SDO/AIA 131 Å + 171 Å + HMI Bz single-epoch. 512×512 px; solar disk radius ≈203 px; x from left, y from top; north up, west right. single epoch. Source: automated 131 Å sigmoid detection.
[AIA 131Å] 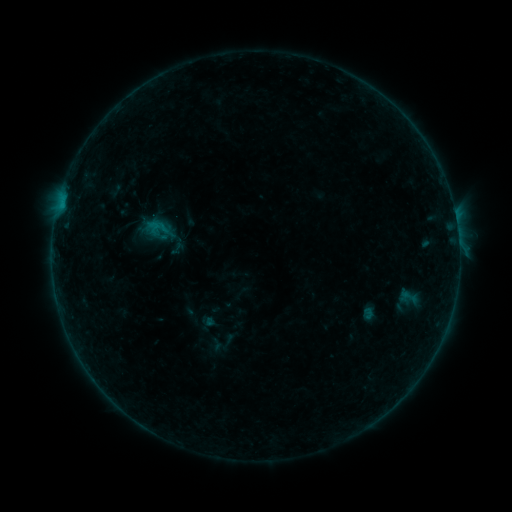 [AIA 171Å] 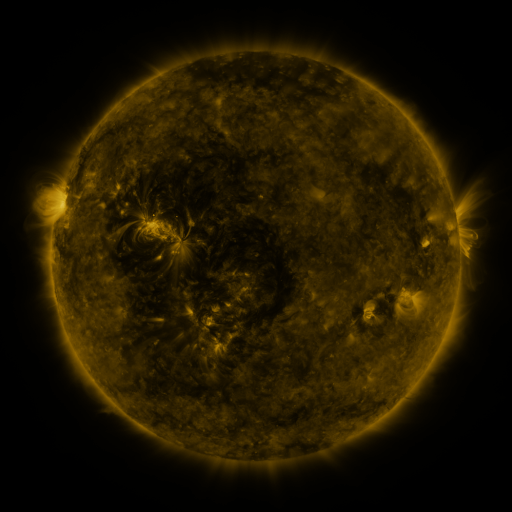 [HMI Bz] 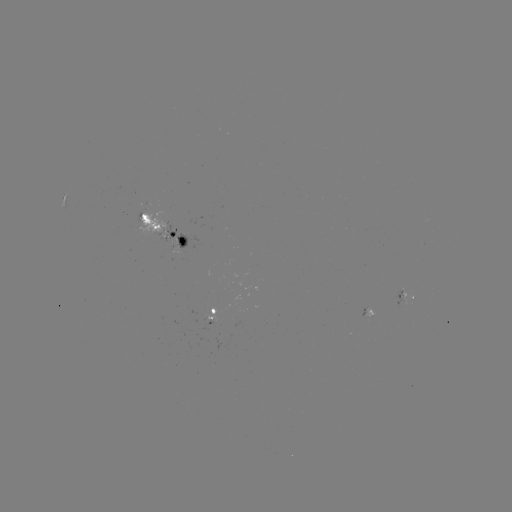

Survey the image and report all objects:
sigmoid: <bbox>143, 220, 163, 243</bbox>
